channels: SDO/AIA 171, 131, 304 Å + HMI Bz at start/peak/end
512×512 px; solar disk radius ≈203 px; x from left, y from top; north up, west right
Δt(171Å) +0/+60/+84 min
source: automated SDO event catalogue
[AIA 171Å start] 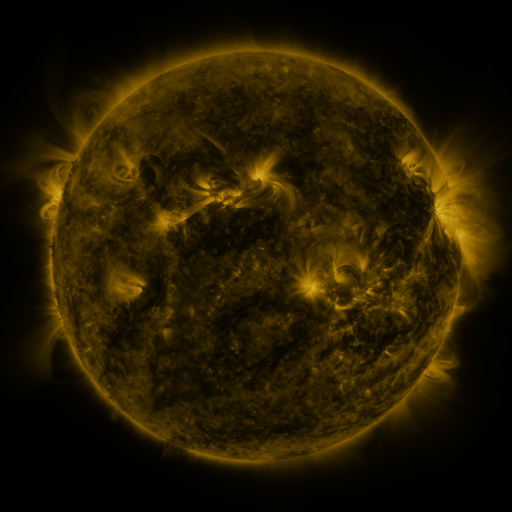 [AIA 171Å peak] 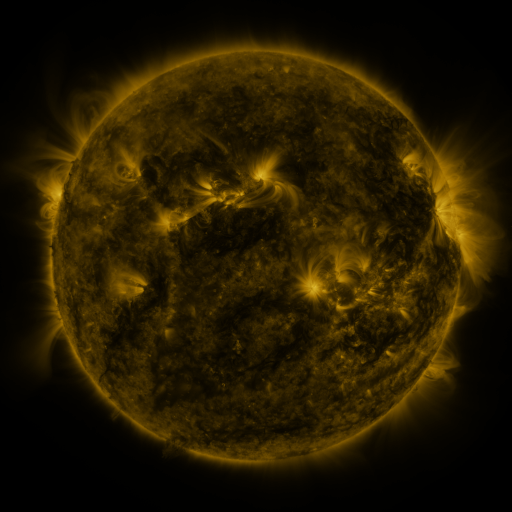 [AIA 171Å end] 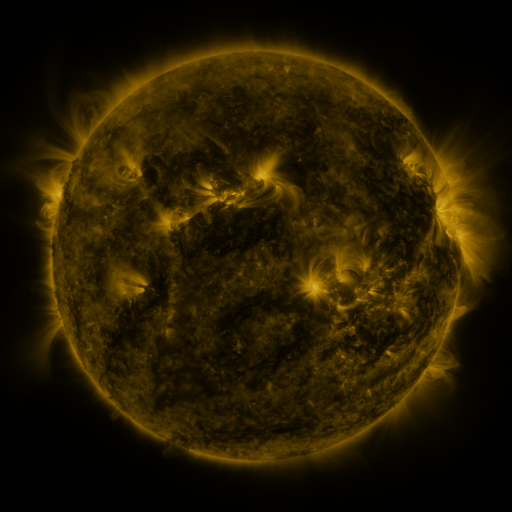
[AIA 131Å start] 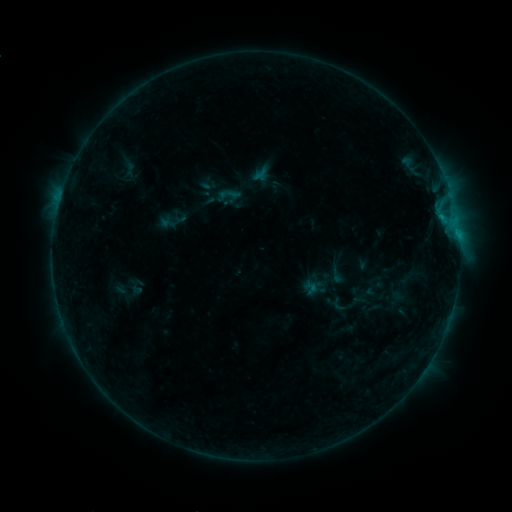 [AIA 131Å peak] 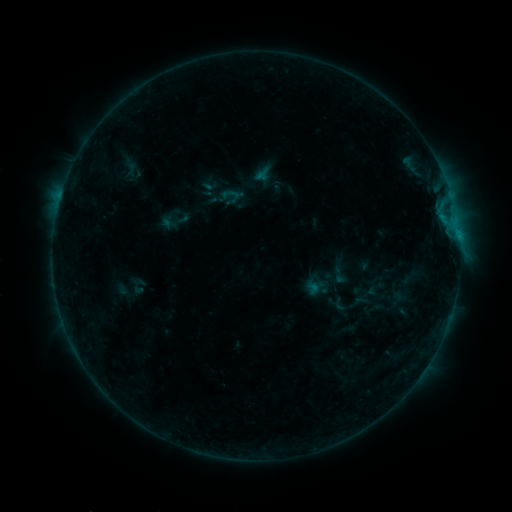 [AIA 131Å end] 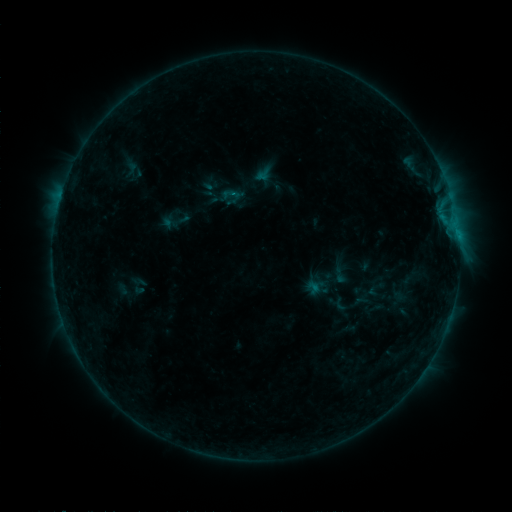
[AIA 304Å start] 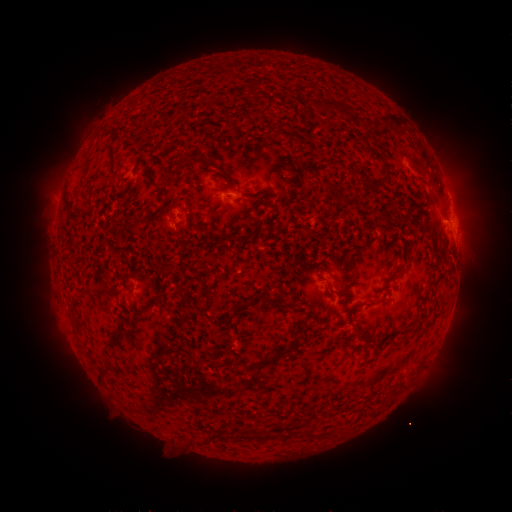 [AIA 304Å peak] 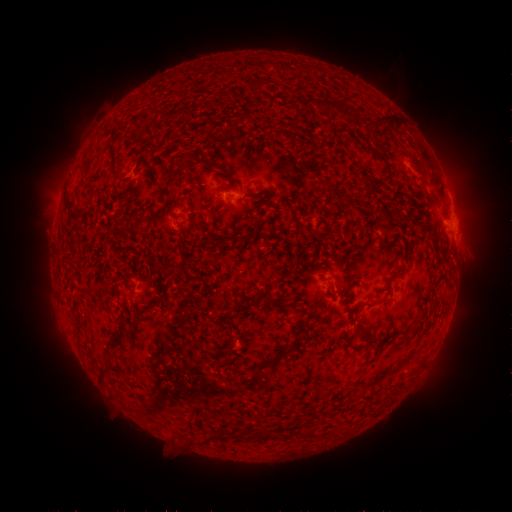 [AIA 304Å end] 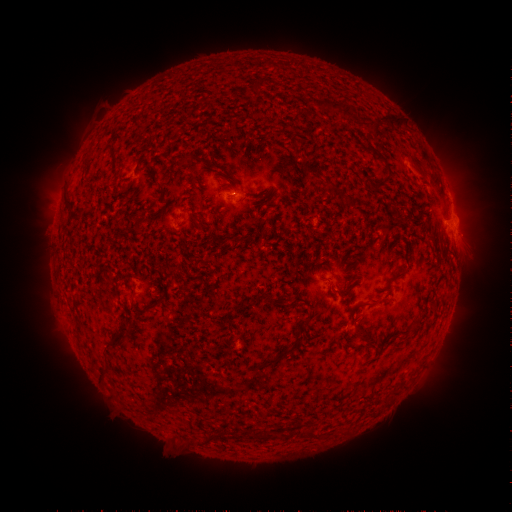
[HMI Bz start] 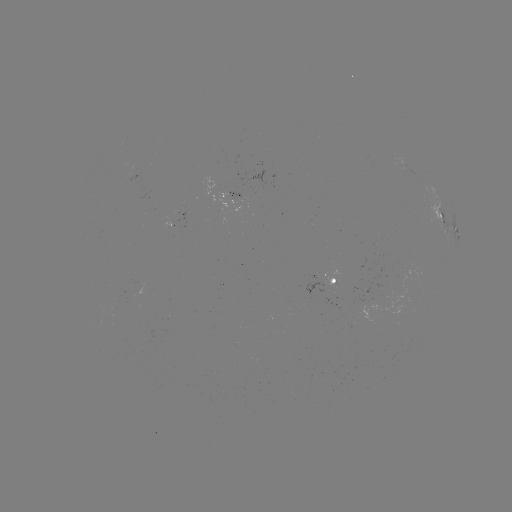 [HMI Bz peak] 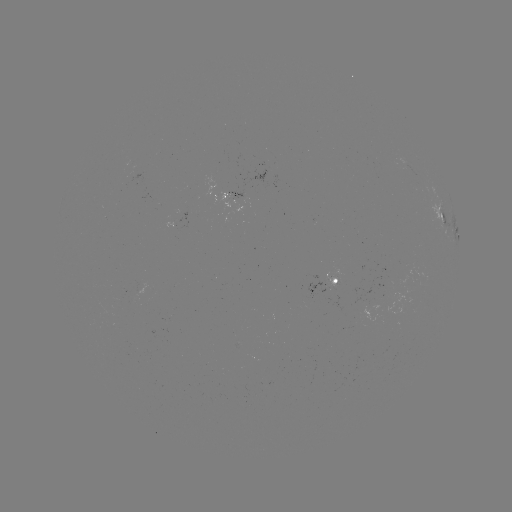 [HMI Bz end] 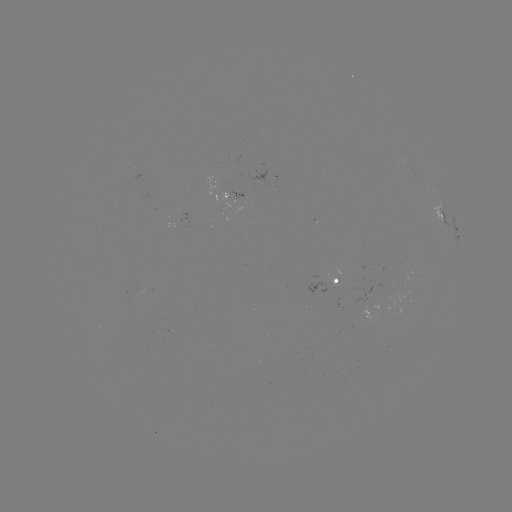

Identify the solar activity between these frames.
emerging-flux region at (329, 284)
